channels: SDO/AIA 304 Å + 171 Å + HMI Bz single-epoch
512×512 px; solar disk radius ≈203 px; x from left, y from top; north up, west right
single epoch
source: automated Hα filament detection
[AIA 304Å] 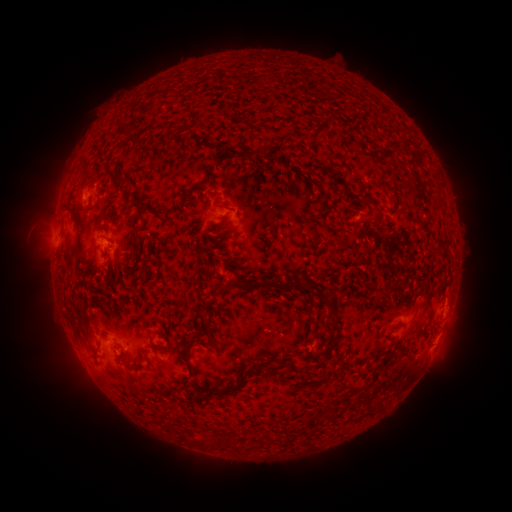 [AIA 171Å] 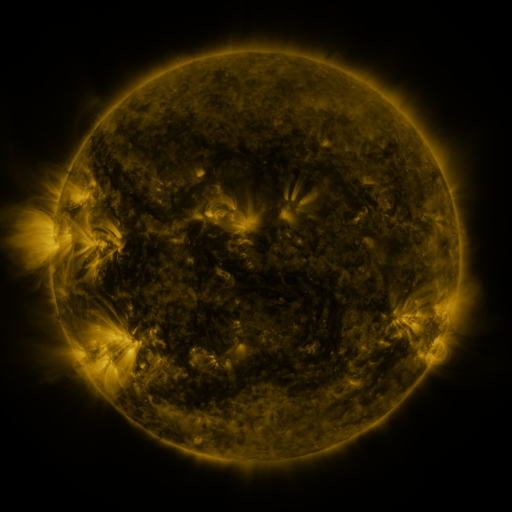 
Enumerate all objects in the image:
filament: (267, 149)
filament: (219, 205)
filament: (75, 214)
filament: (118, 245)
filament: (233, 285)
filament: (278, 290)
filament: (306, 290)
filament: (316, 296)
filament: (184, 302)
filament: (202, 323)
filament: (328, 332)
filament: (184, 359)
filament: (305, 373)
filament: (232, 388)
